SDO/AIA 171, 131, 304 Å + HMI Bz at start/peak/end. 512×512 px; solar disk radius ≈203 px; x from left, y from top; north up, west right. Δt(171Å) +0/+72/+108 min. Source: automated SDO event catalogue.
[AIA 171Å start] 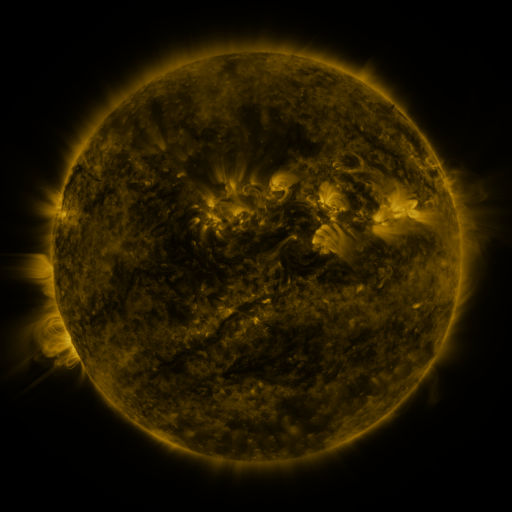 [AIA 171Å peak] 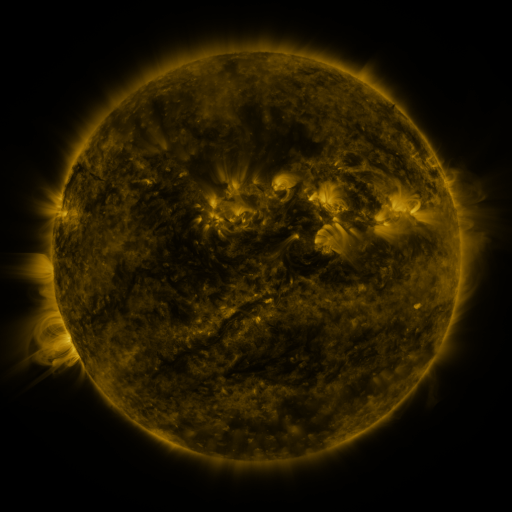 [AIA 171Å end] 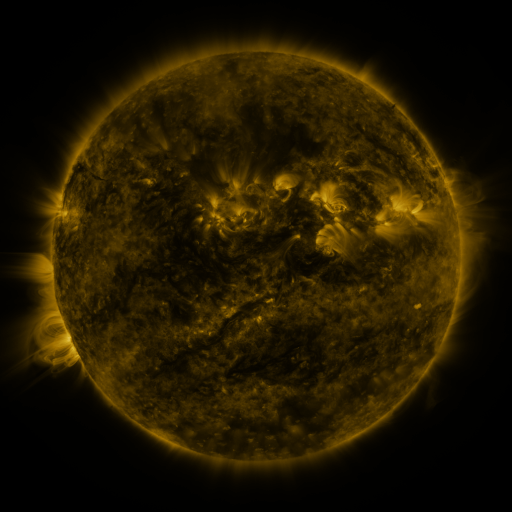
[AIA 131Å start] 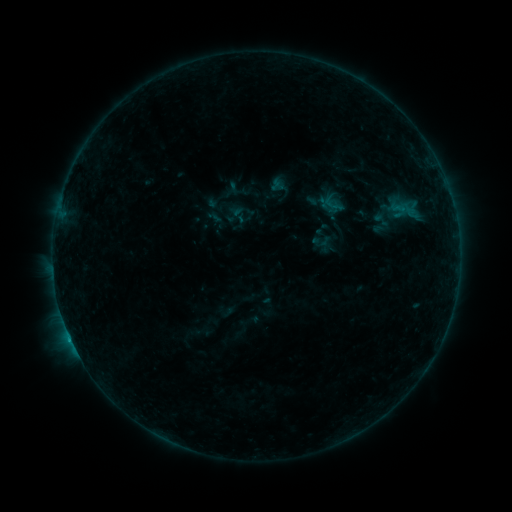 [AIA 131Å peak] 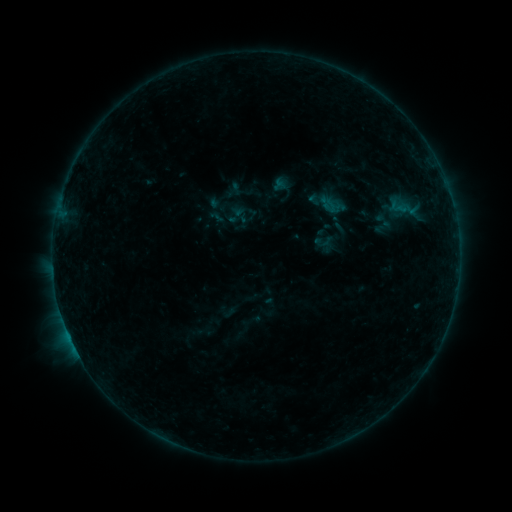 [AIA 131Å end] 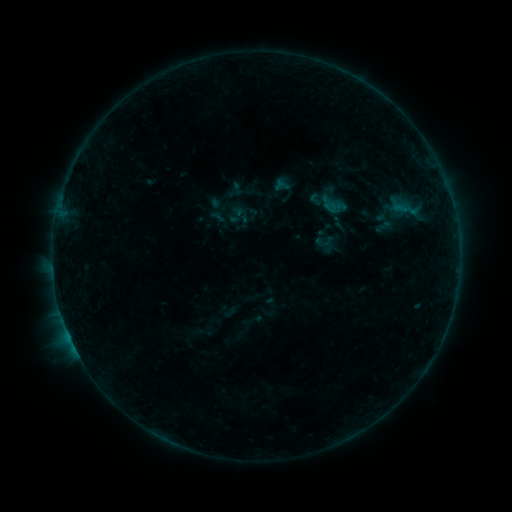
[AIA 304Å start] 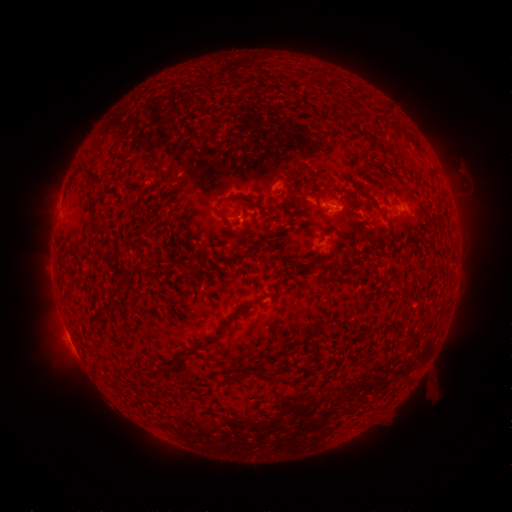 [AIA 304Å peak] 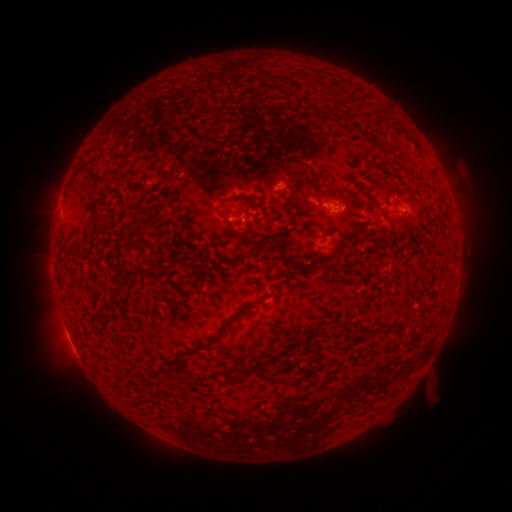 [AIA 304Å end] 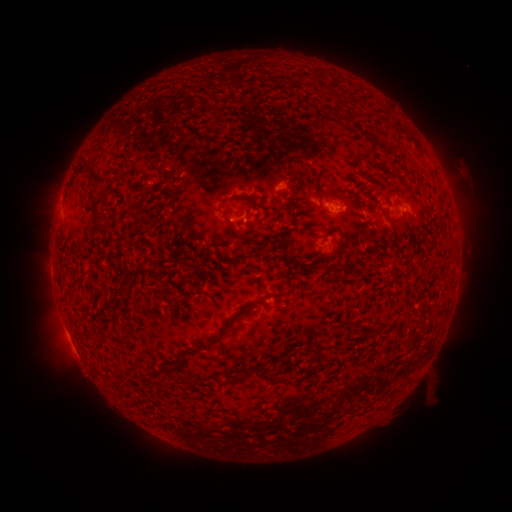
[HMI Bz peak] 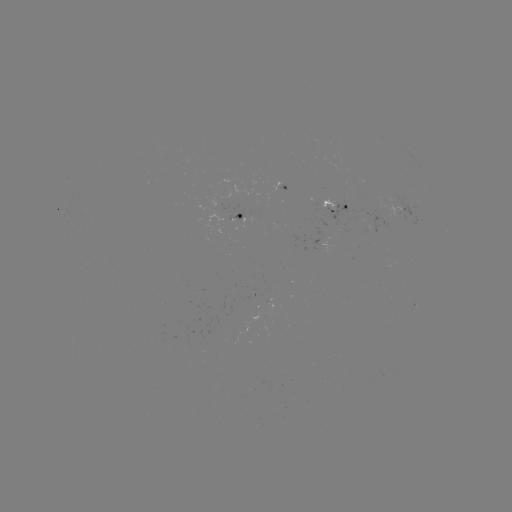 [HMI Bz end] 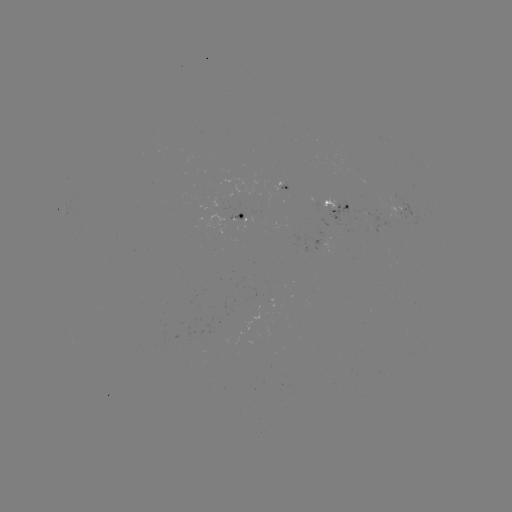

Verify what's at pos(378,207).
emerging-flux region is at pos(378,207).